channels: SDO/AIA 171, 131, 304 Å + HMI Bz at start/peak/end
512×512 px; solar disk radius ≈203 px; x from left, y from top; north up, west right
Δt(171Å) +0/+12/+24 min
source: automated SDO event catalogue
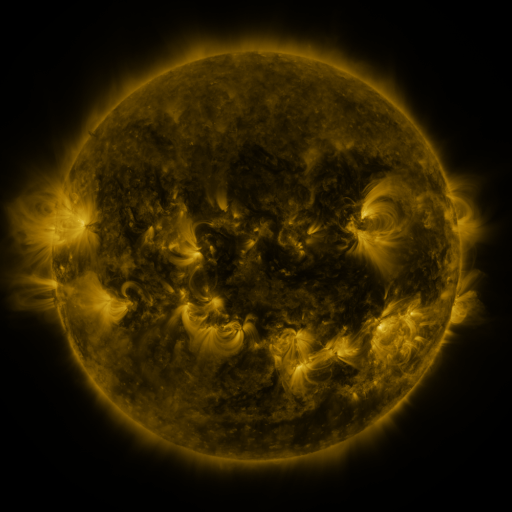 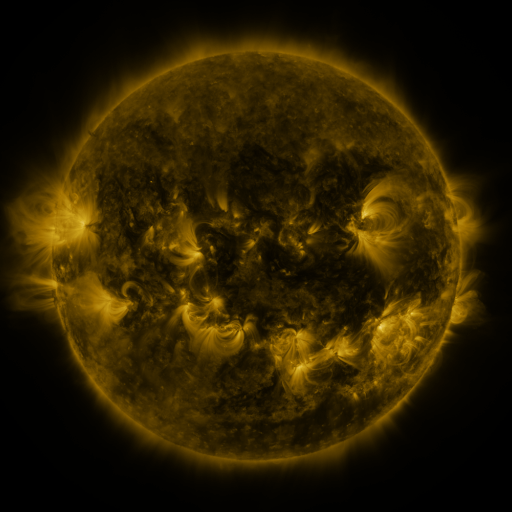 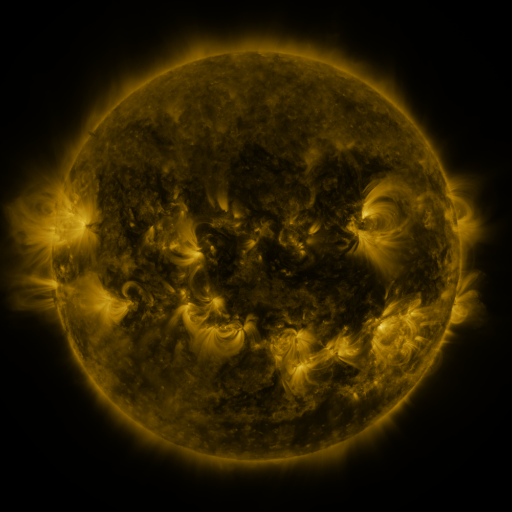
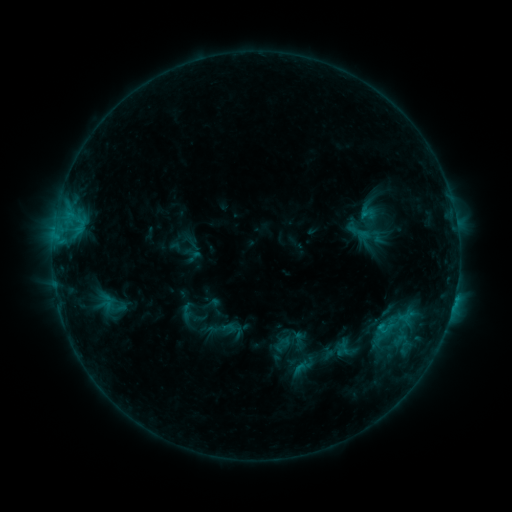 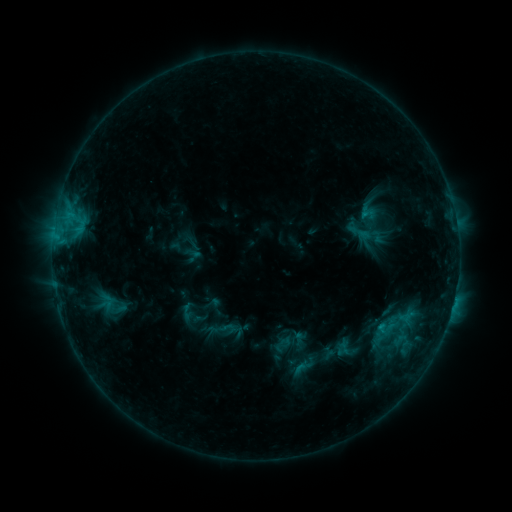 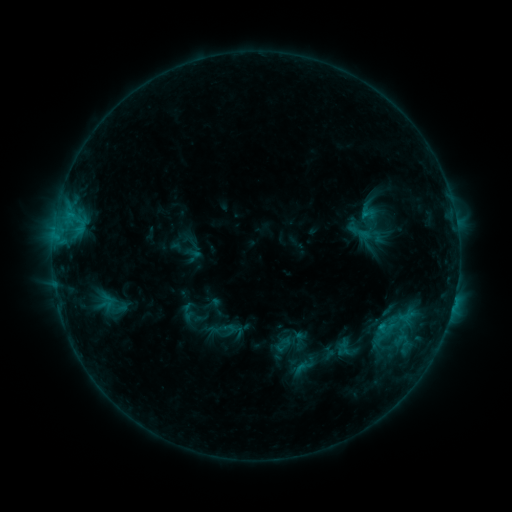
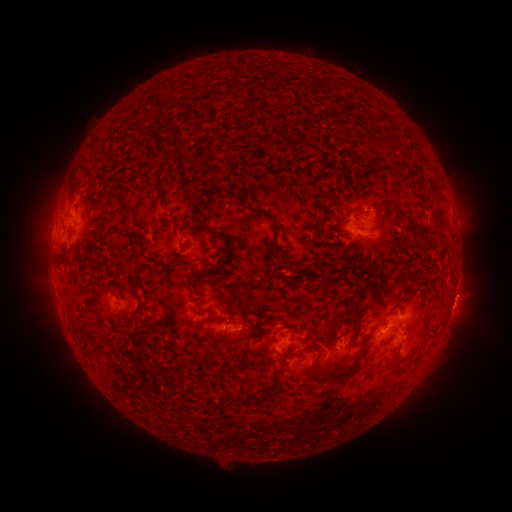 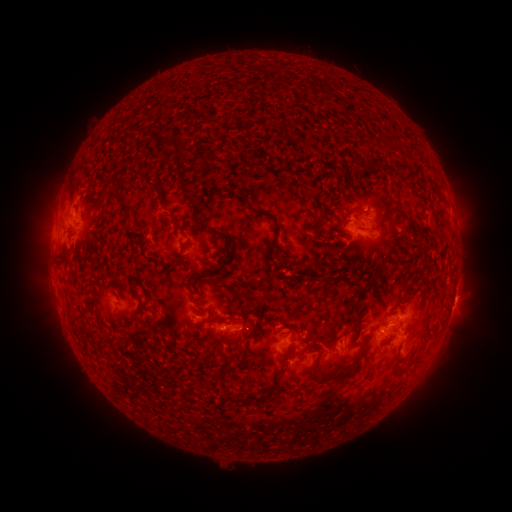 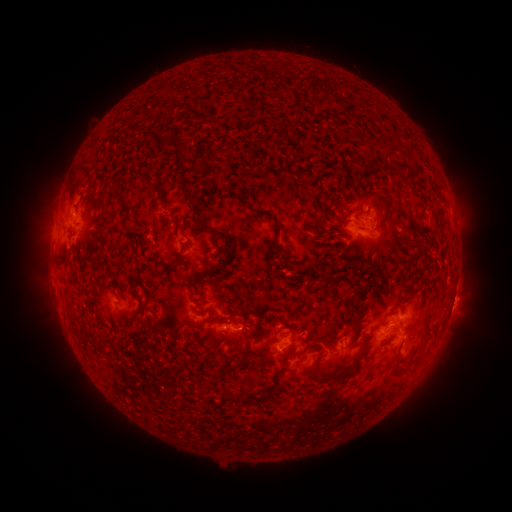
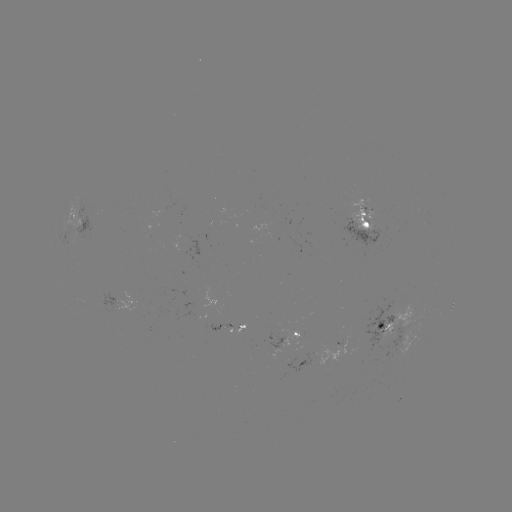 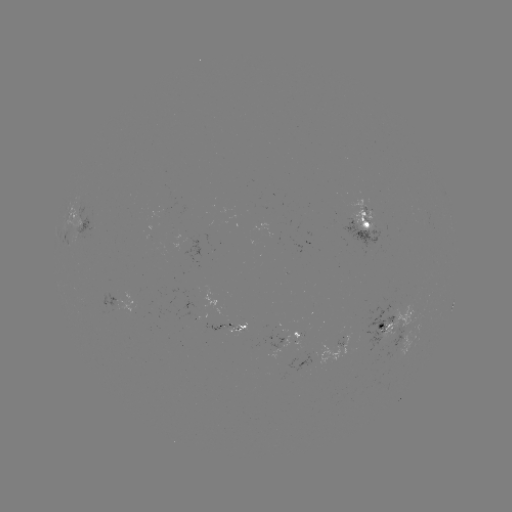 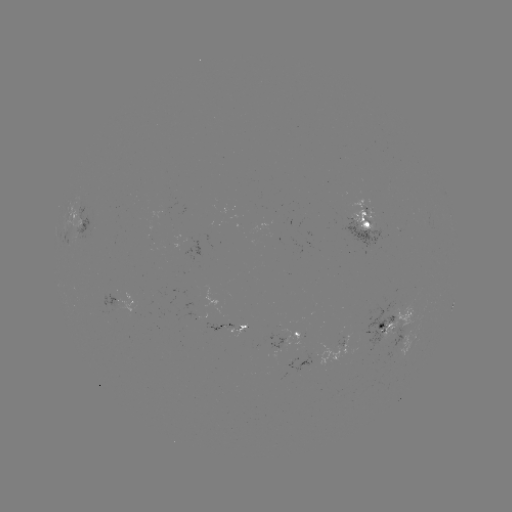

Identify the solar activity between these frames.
no catalogued flare and no flagged EUV brightening in this window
